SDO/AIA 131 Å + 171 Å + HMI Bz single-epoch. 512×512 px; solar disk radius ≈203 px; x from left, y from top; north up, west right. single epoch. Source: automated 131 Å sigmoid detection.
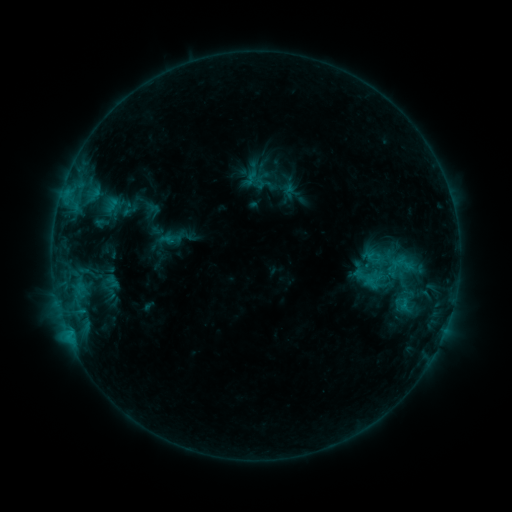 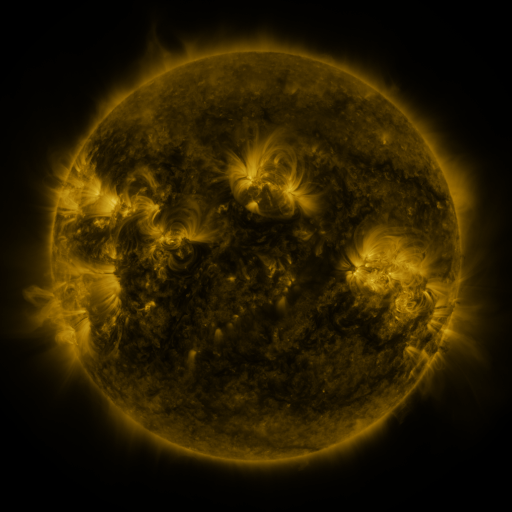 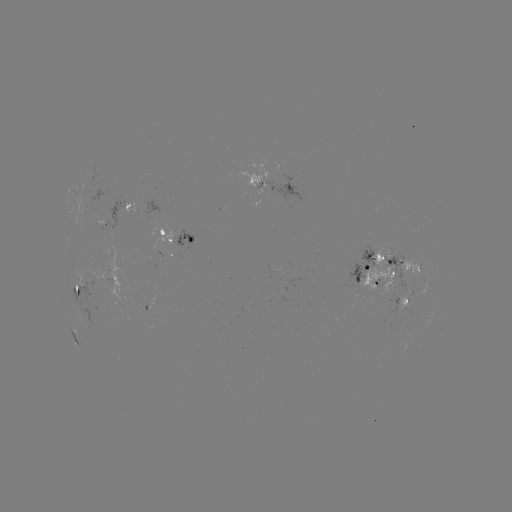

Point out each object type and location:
sigmoid: [244, 170, 261, 187]
sigmoid: [391, 250, 413, 278]
